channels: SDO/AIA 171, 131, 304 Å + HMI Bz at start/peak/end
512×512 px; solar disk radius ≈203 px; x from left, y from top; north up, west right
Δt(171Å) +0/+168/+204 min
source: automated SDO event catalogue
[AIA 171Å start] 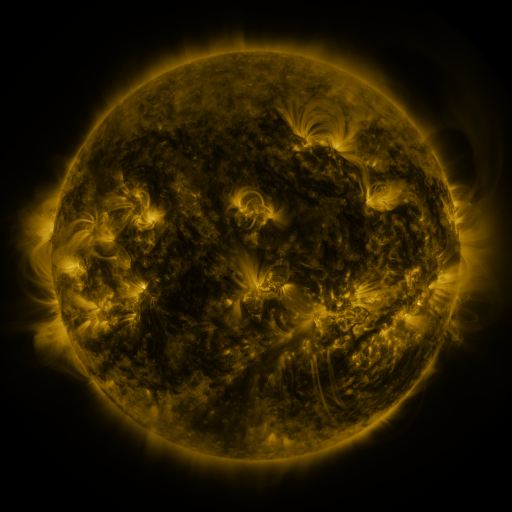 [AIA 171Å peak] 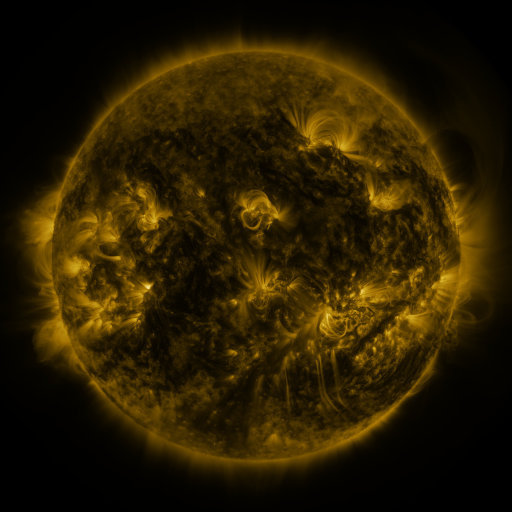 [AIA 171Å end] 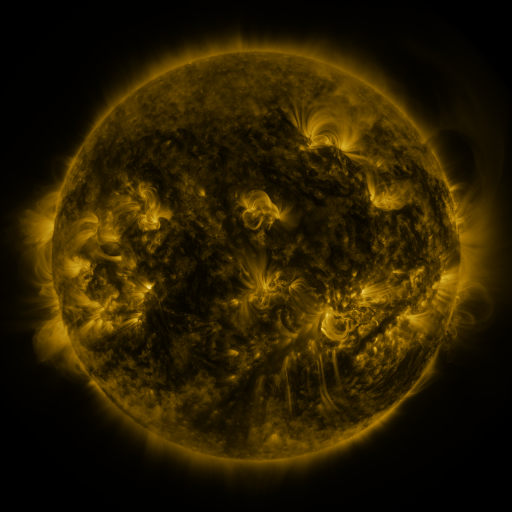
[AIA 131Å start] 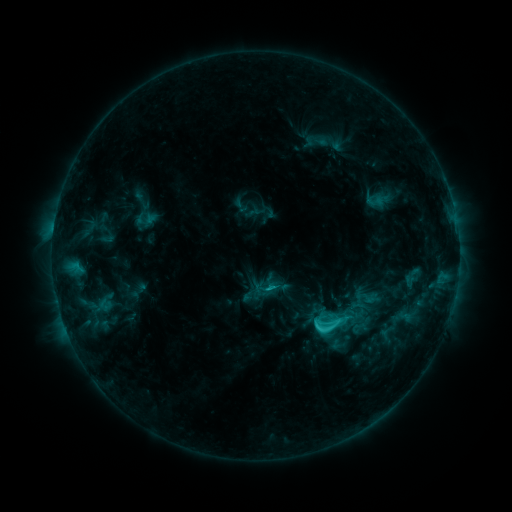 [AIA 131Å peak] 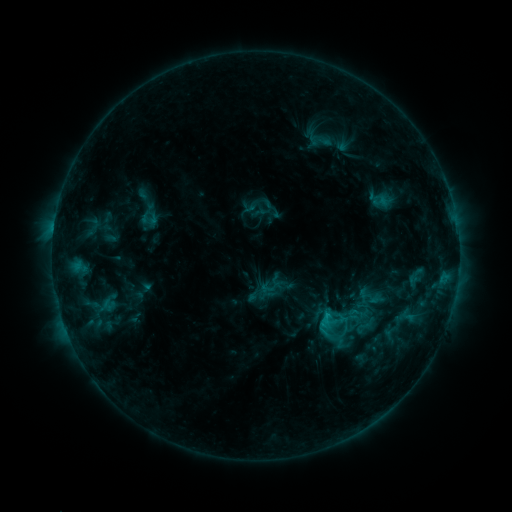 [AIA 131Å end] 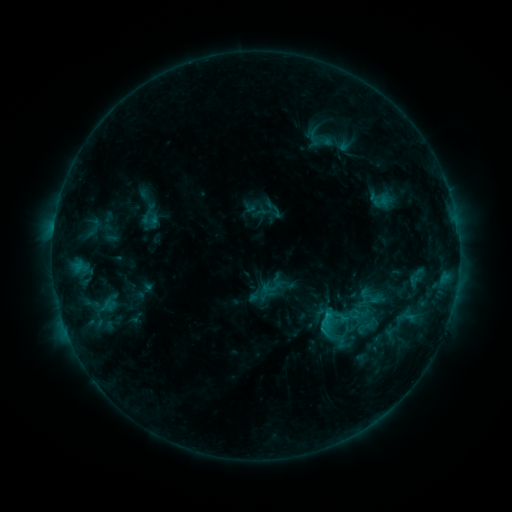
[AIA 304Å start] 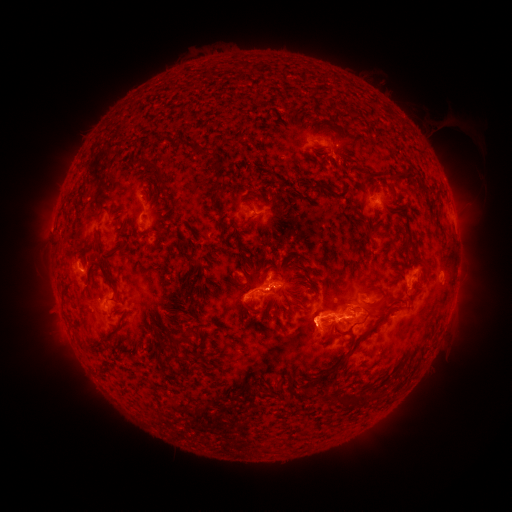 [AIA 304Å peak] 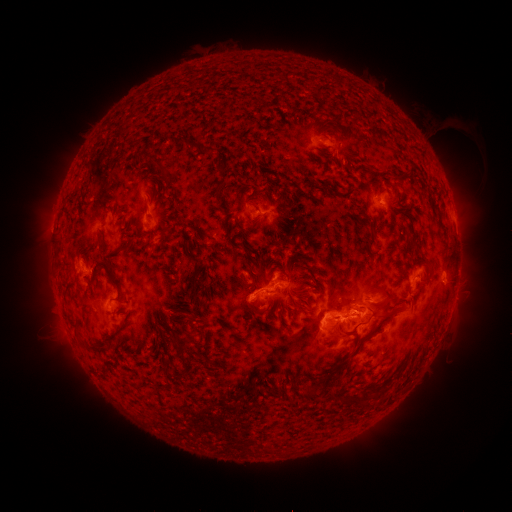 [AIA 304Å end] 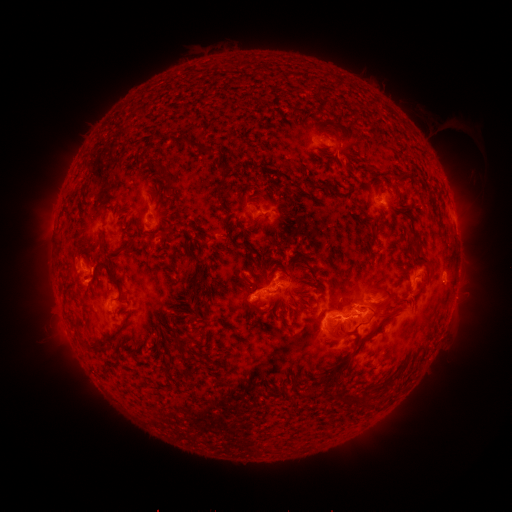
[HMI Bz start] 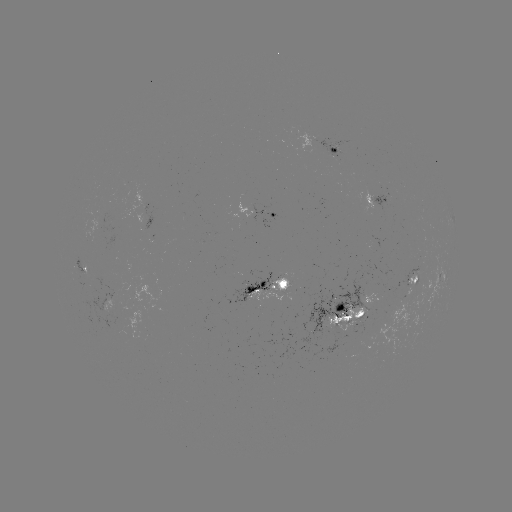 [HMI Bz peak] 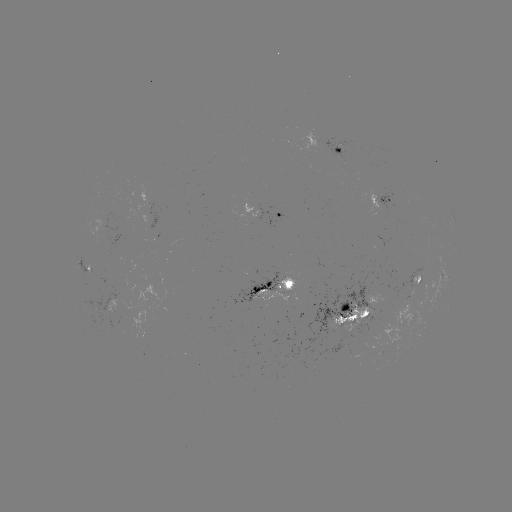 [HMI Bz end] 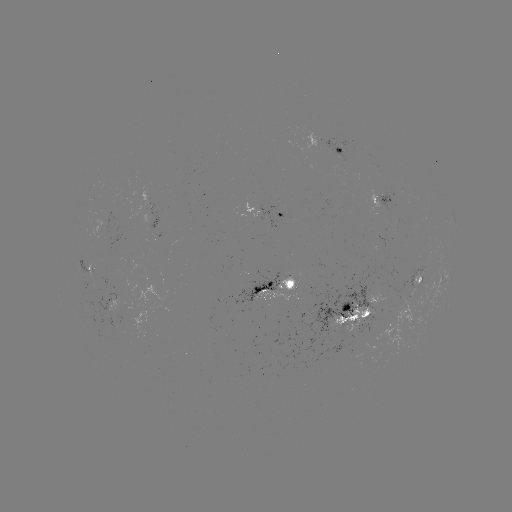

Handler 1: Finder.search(emerging-flux region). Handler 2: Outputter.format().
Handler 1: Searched emerging-flux region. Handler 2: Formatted (353, 320).